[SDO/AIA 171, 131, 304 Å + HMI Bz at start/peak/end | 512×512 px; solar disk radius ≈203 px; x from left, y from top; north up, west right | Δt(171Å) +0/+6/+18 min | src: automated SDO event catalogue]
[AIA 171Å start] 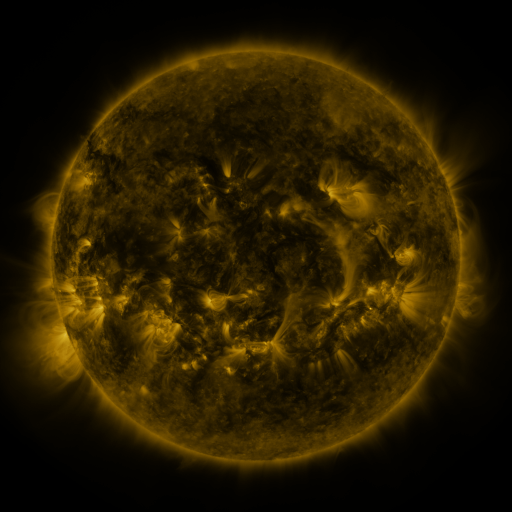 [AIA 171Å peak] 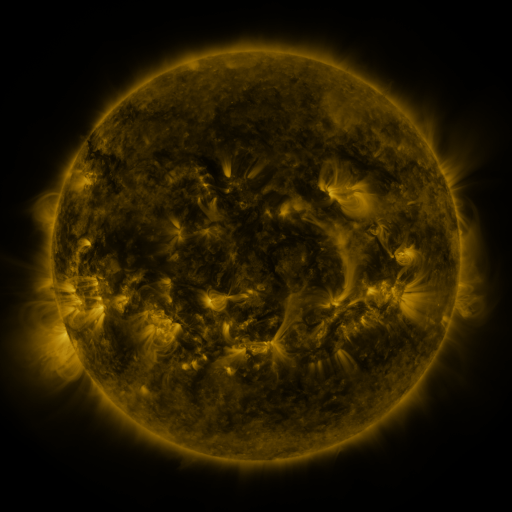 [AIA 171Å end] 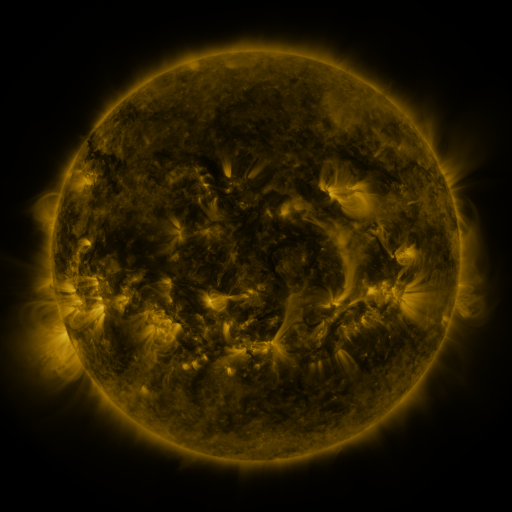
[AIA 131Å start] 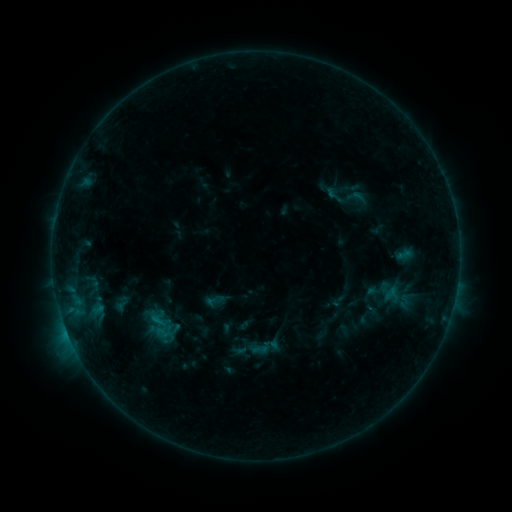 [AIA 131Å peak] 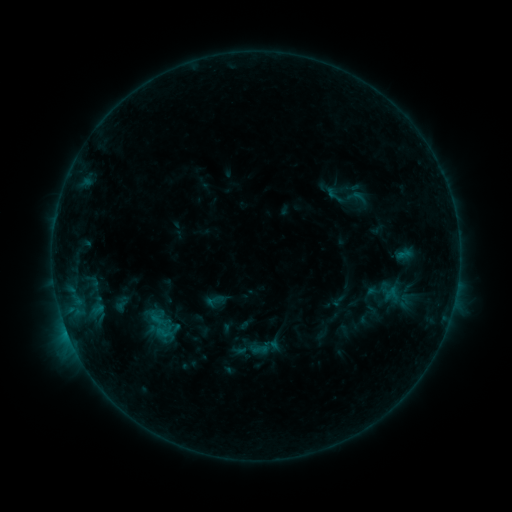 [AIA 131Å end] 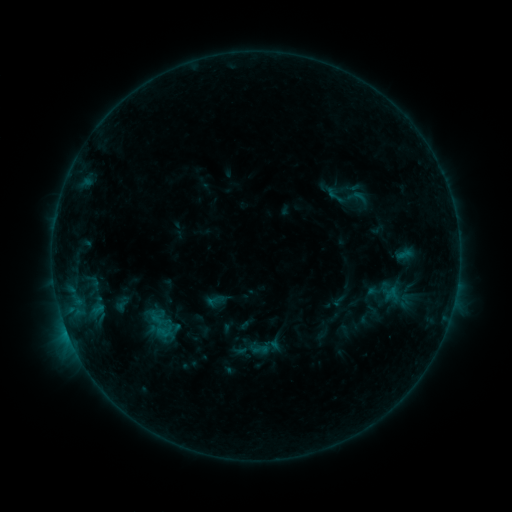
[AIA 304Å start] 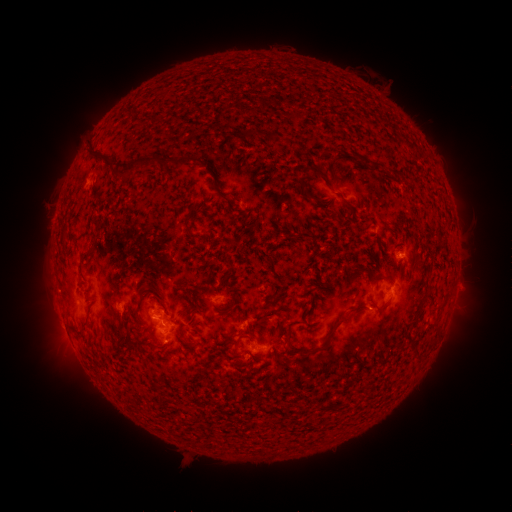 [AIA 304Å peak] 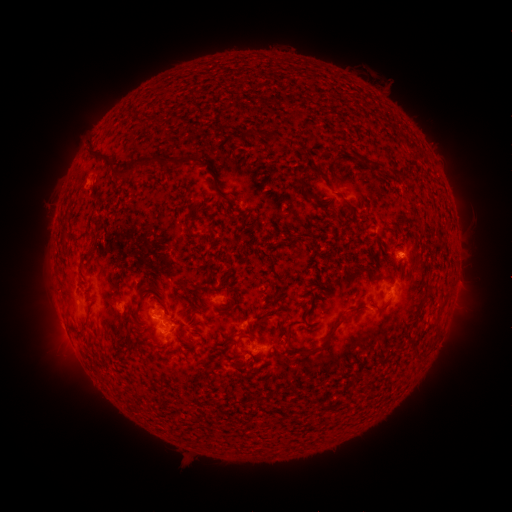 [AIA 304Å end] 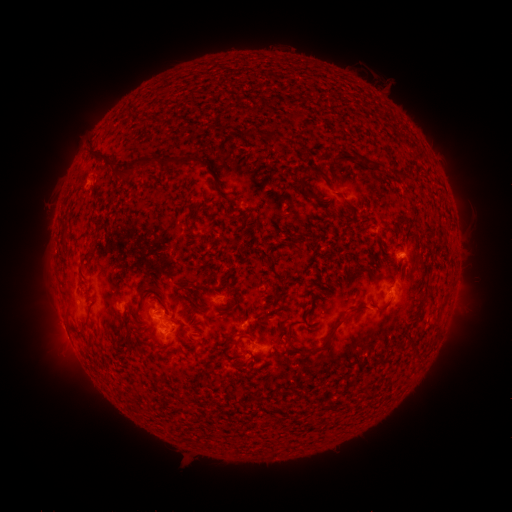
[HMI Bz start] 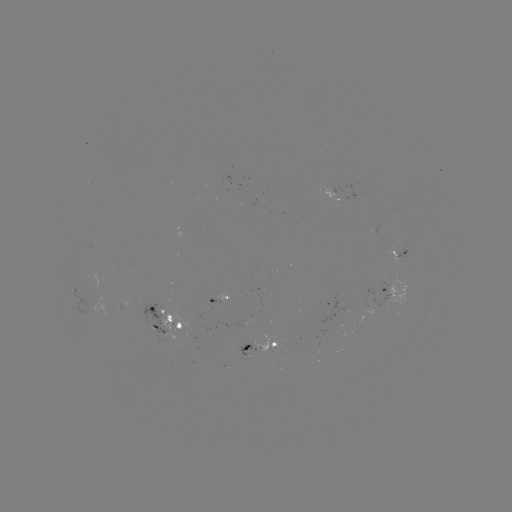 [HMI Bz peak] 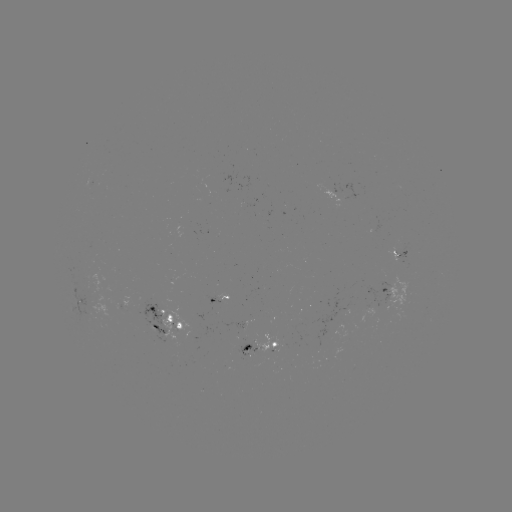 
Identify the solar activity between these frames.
no catalogued flare and no flagged EUV brightening in this window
